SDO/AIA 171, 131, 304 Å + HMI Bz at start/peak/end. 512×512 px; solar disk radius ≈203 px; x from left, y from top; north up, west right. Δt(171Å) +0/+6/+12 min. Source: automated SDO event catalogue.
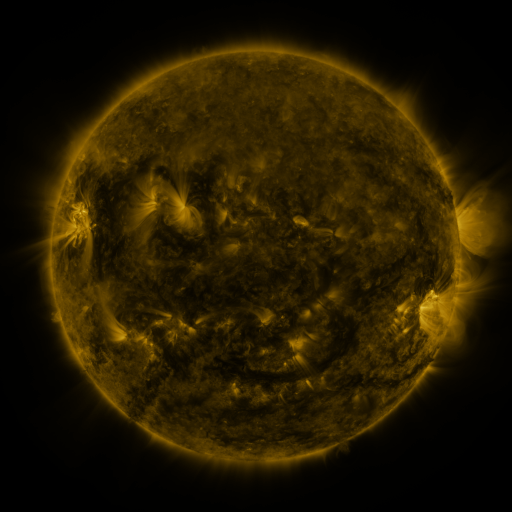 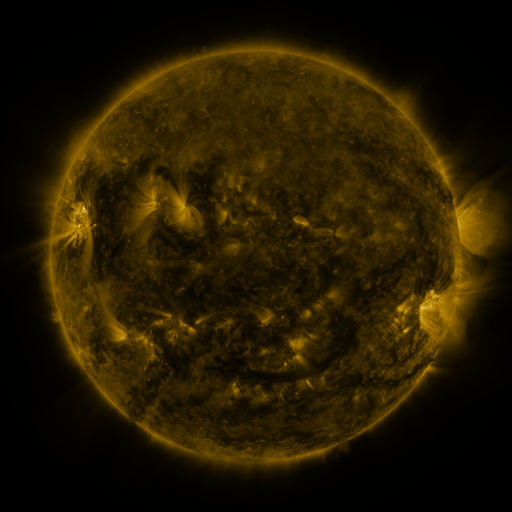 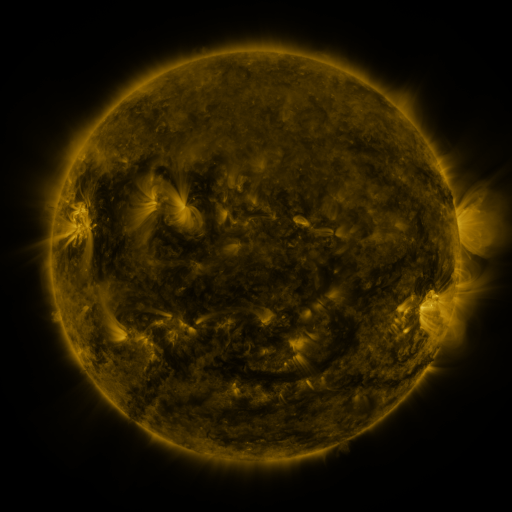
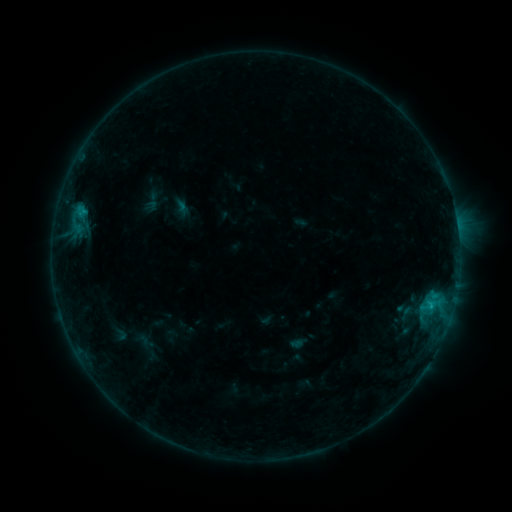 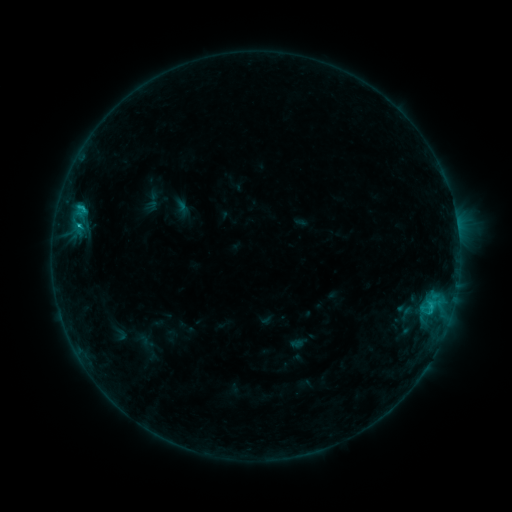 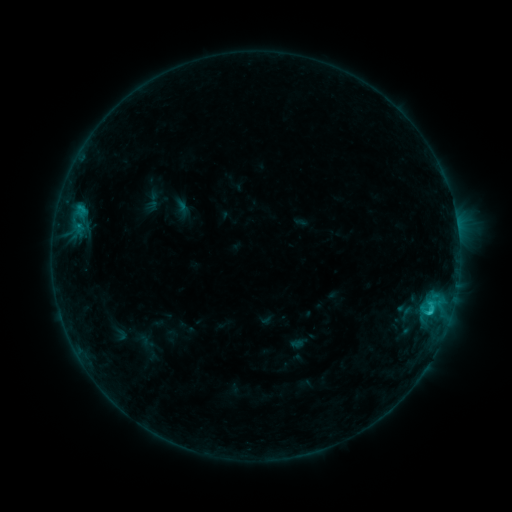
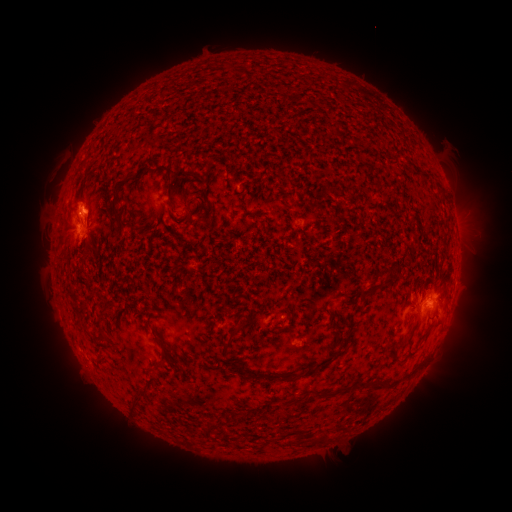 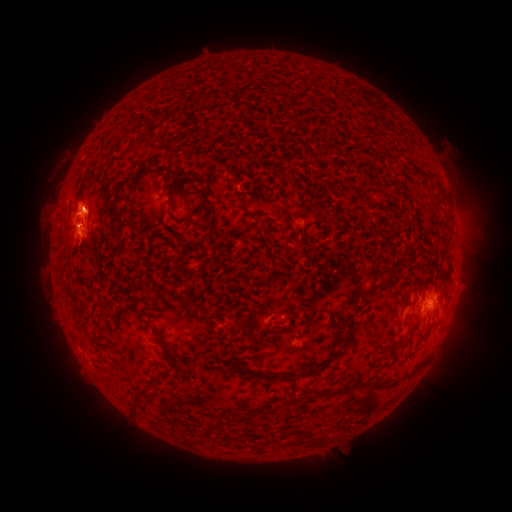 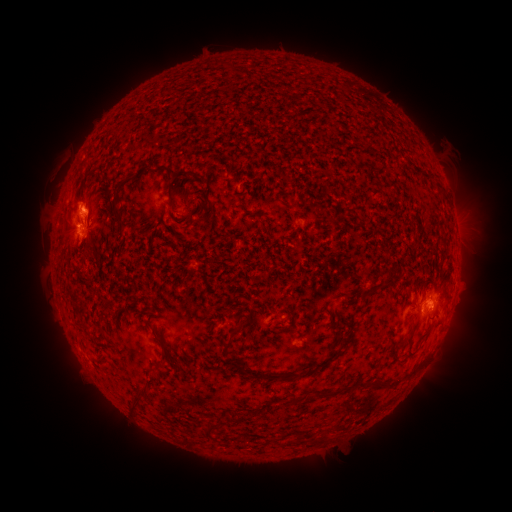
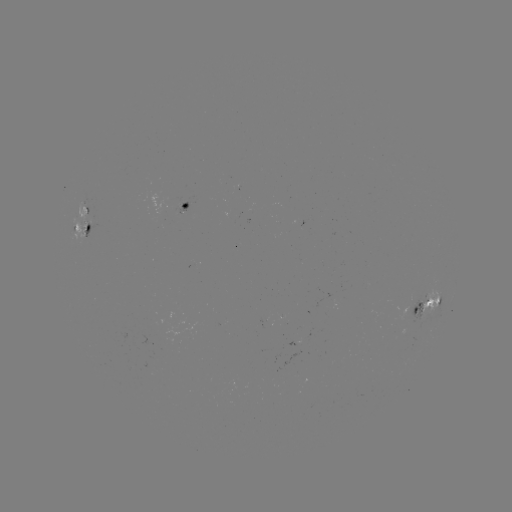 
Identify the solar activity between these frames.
C1.7 flare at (80, 225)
